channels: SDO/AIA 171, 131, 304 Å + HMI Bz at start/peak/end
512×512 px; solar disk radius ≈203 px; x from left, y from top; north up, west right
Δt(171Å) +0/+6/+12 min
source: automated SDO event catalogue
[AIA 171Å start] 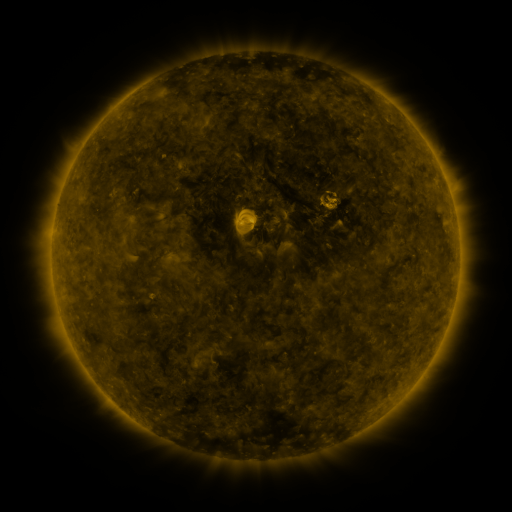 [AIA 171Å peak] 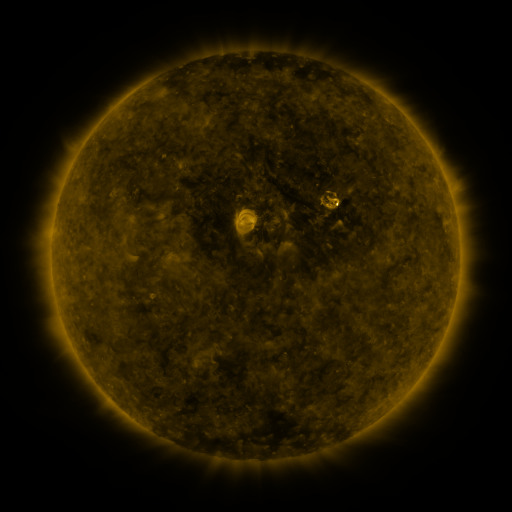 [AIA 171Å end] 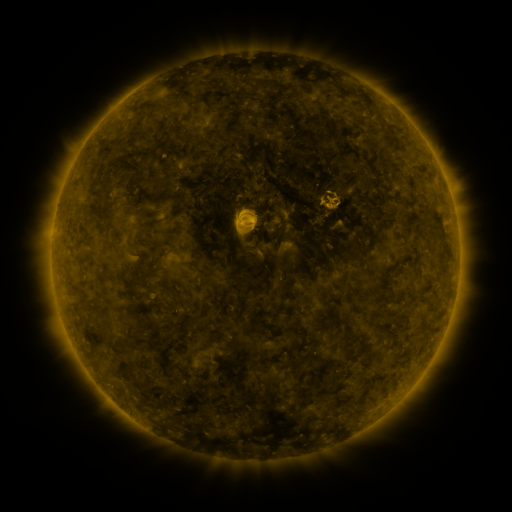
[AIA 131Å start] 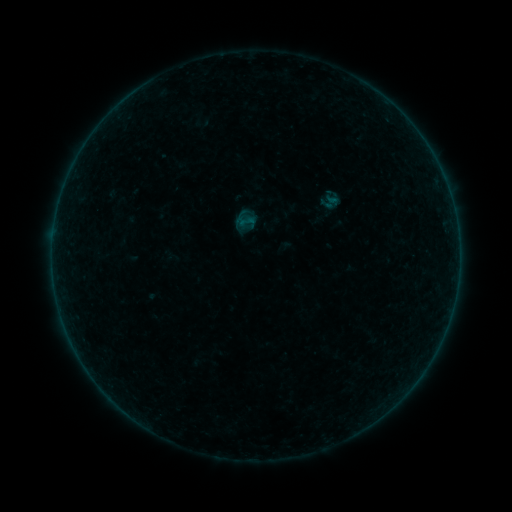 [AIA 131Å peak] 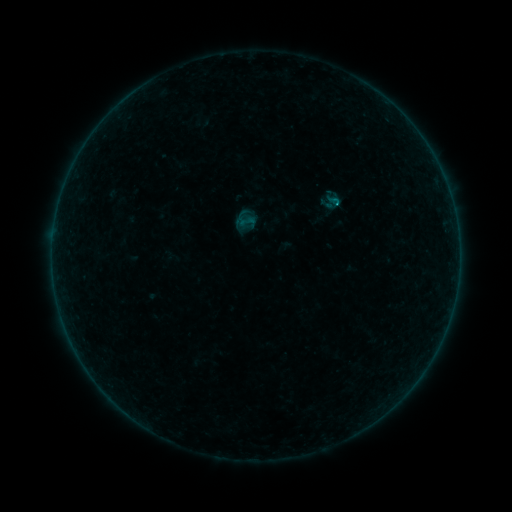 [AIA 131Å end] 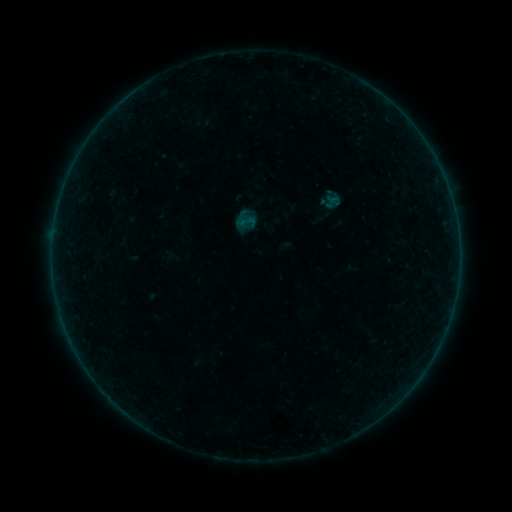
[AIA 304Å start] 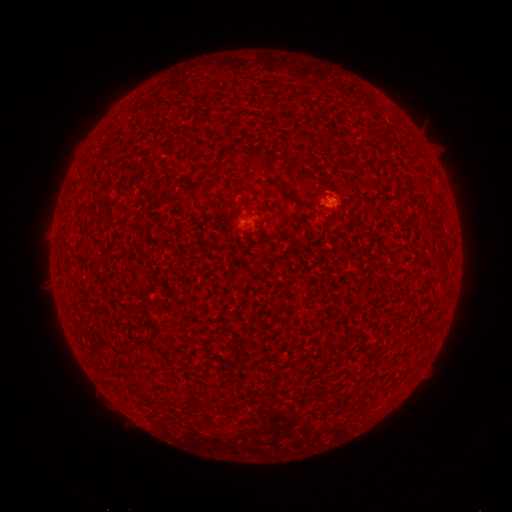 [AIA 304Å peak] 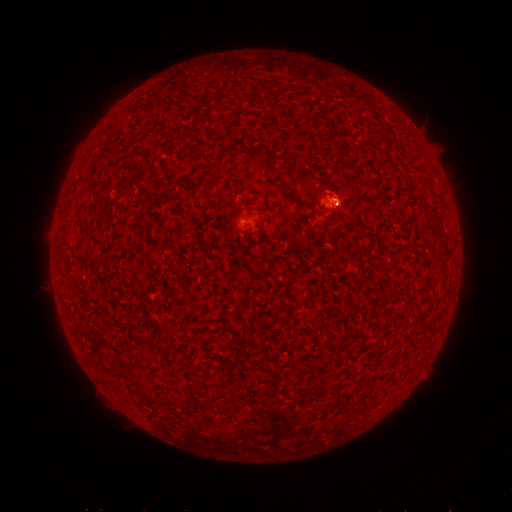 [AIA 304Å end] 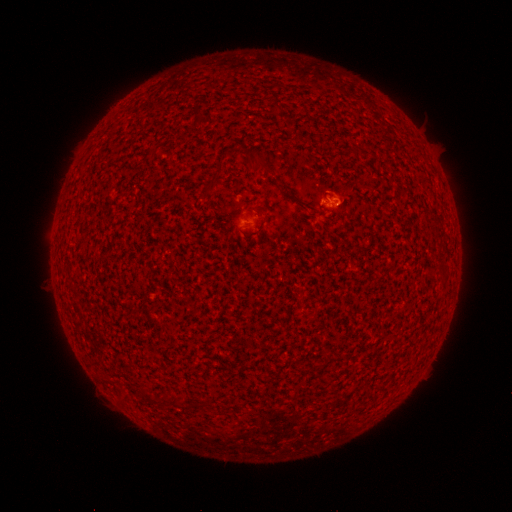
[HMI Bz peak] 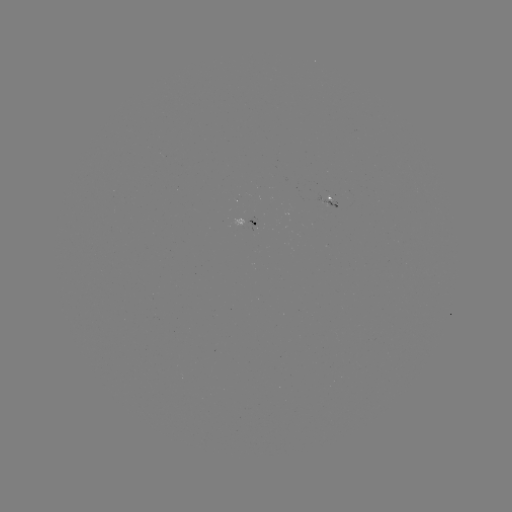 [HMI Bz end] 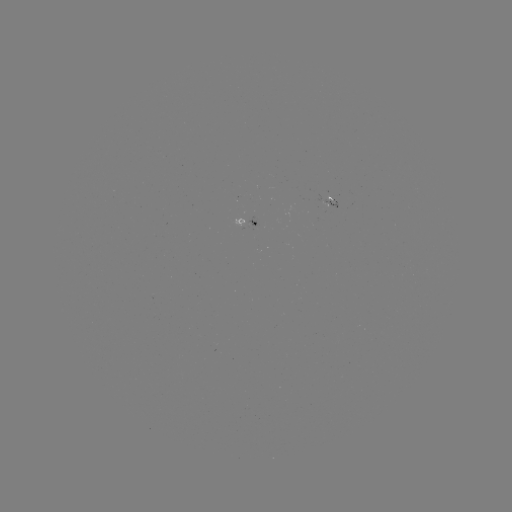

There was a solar flare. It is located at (334, 204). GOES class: A4.5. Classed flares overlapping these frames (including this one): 1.